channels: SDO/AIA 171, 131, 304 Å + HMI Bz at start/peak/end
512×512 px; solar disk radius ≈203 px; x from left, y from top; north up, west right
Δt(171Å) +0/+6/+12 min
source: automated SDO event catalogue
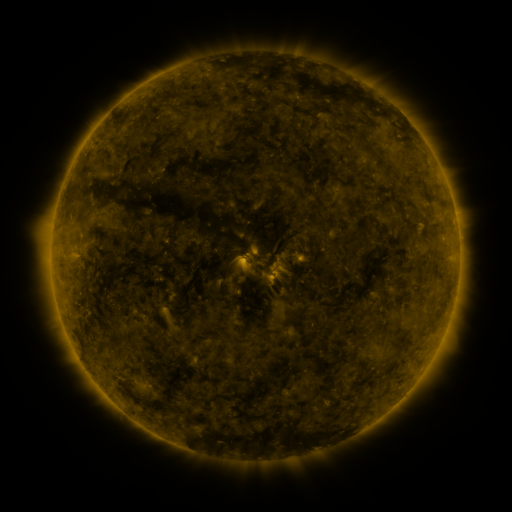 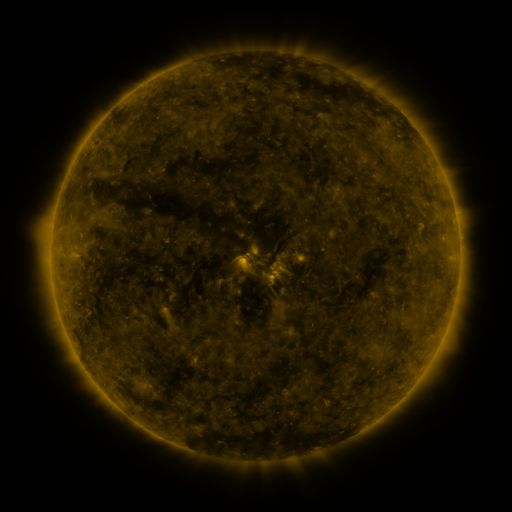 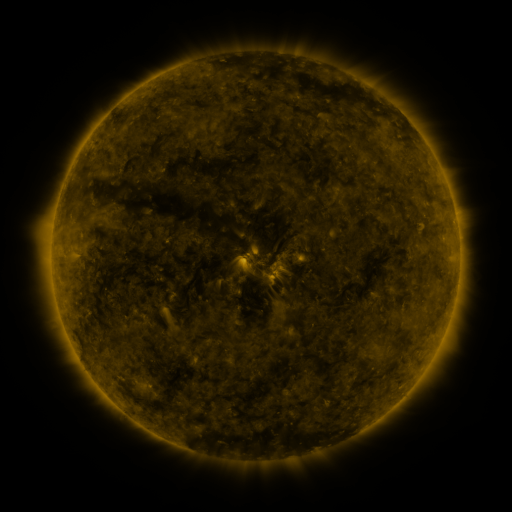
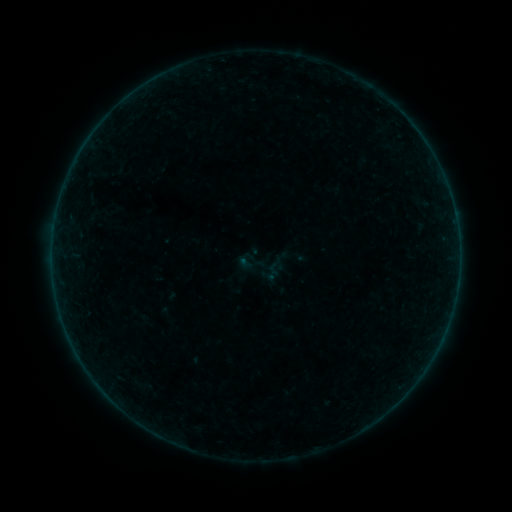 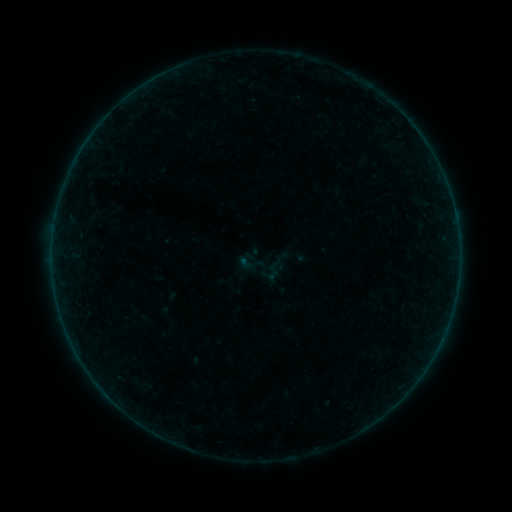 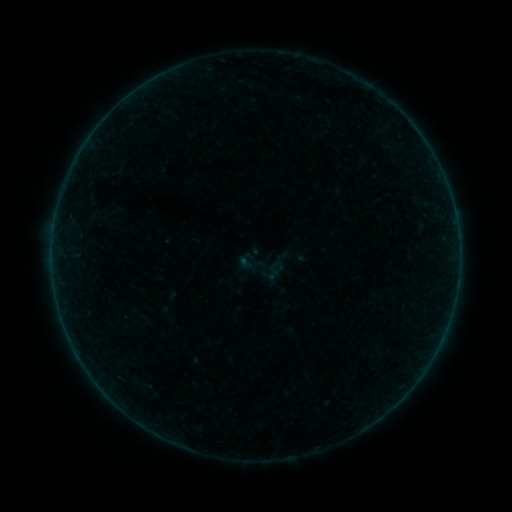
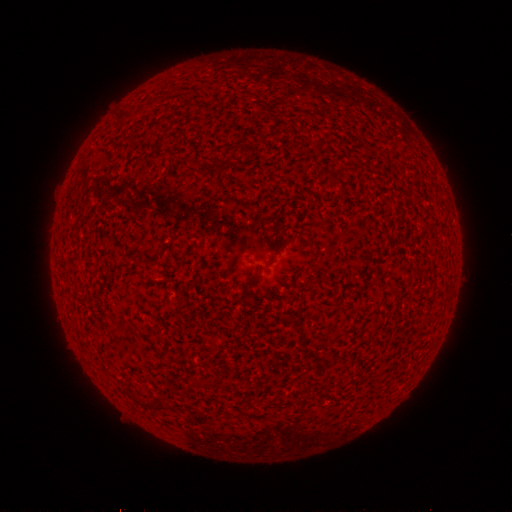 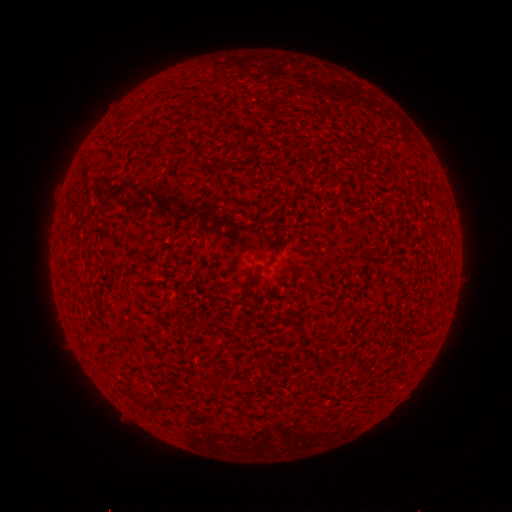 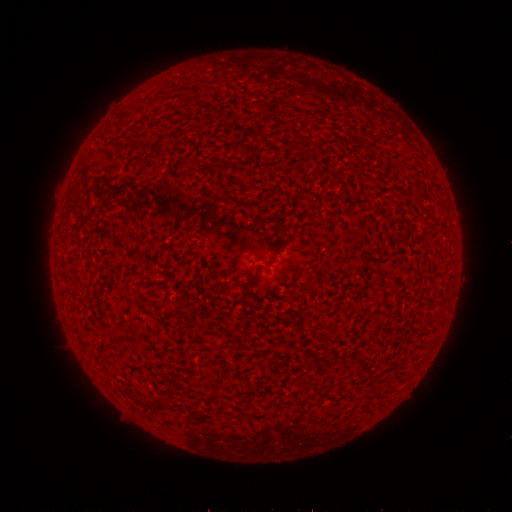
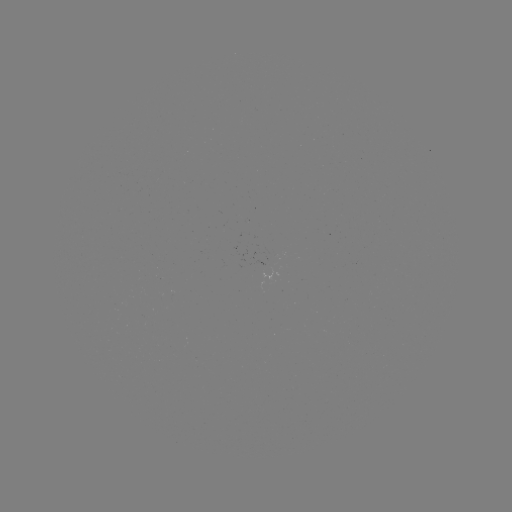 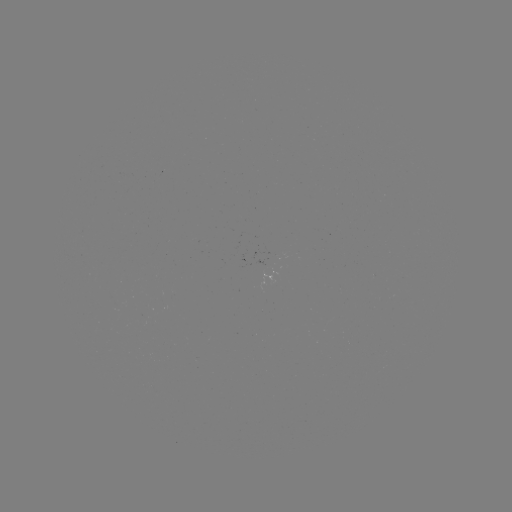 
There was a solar flare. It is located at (245, 265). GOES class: A2.2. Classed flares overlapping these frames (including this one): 1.